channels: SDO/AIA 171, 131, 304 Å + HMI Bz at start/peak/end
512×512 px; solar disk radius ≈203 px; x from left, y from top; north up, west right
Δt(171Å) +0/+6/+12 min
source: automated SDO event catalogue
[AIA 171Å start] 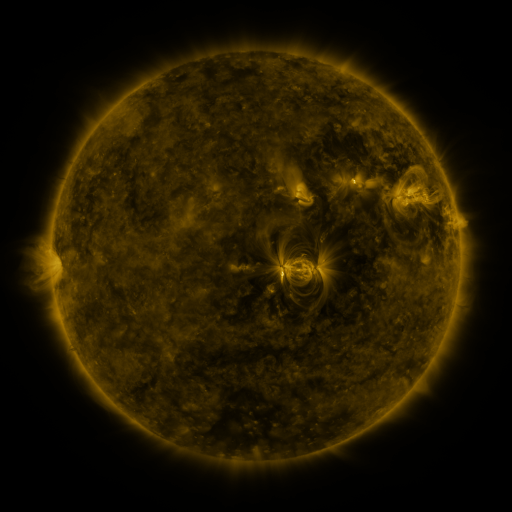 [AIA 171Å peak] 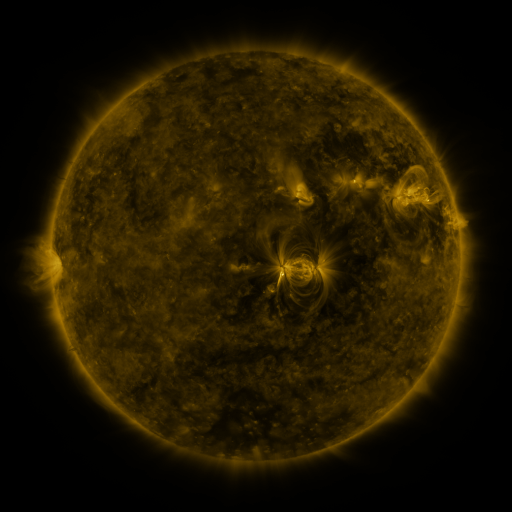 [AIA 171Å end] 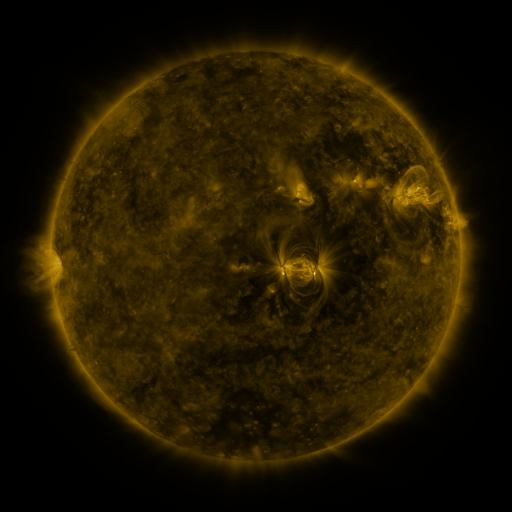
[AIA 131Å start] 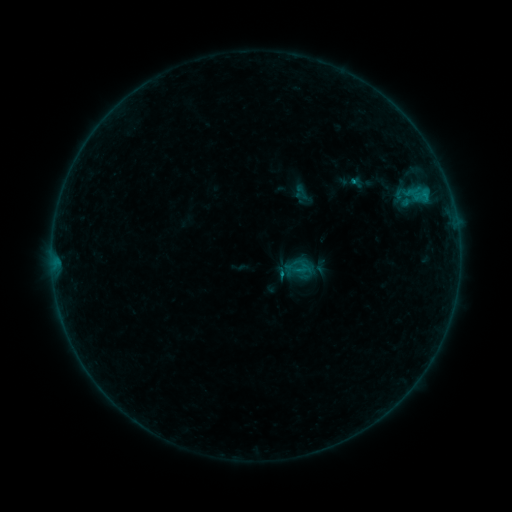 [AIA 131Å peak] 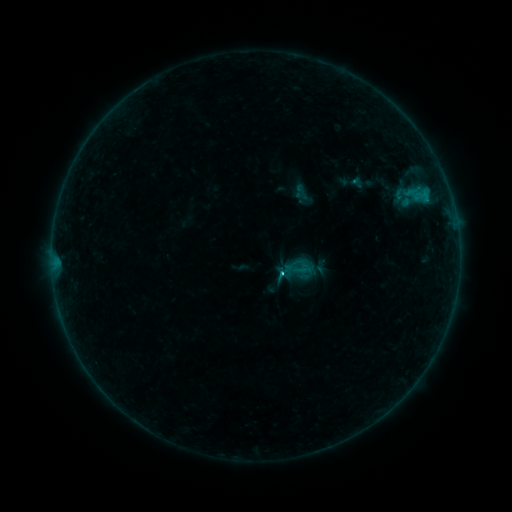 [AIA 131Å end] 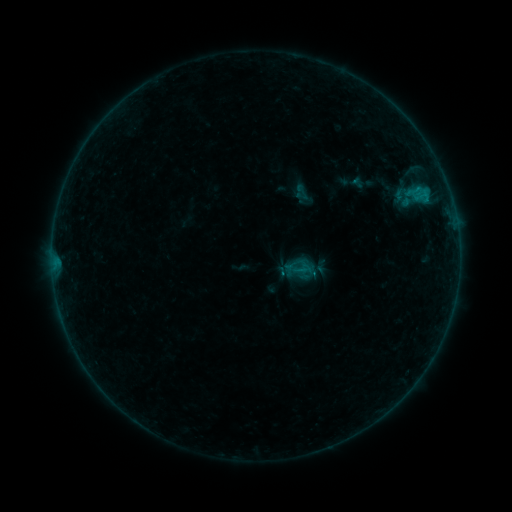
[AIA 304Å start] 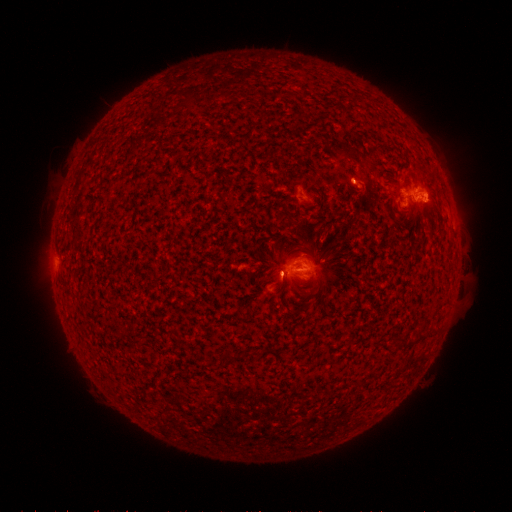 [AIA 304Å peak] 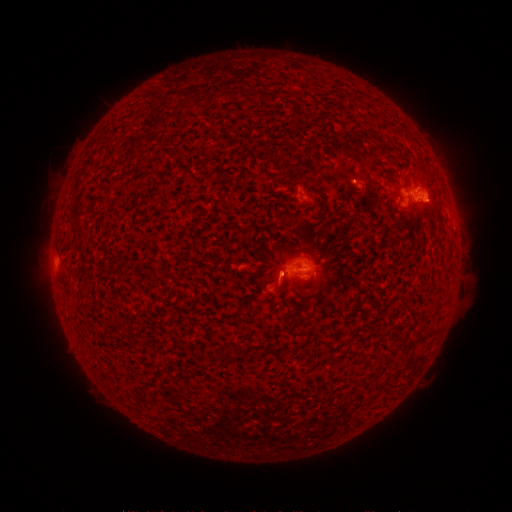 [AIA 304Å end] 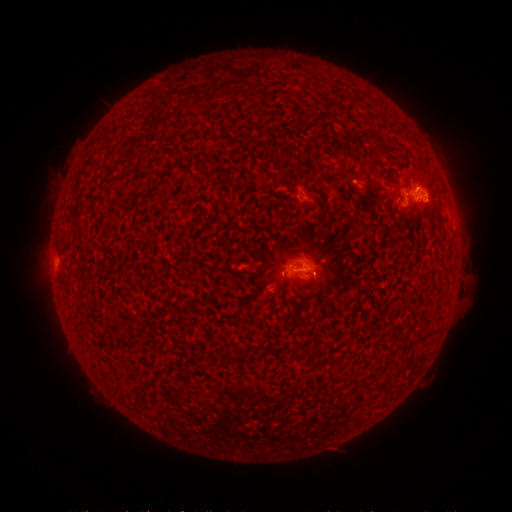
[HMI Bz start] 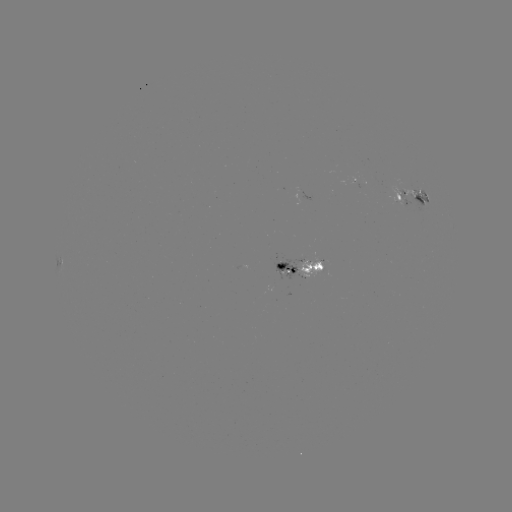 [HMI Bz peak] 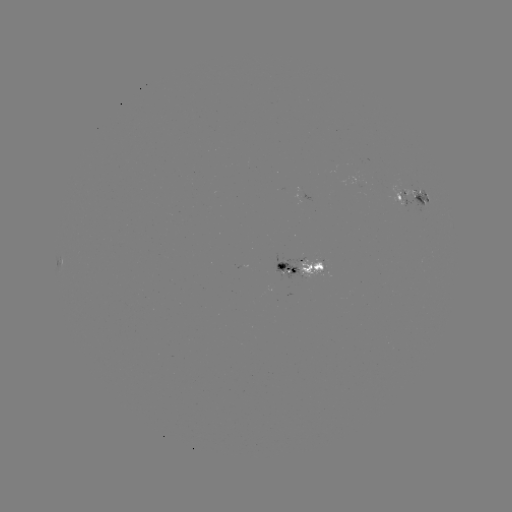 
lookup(C1.0 flare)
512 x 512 280,272